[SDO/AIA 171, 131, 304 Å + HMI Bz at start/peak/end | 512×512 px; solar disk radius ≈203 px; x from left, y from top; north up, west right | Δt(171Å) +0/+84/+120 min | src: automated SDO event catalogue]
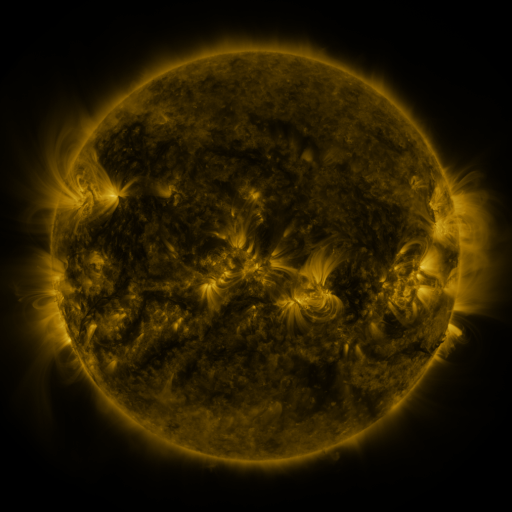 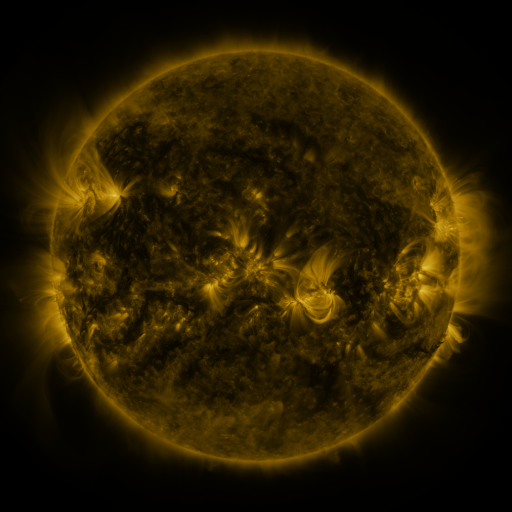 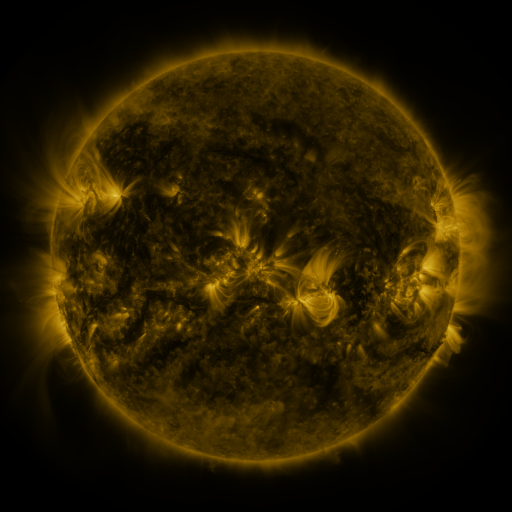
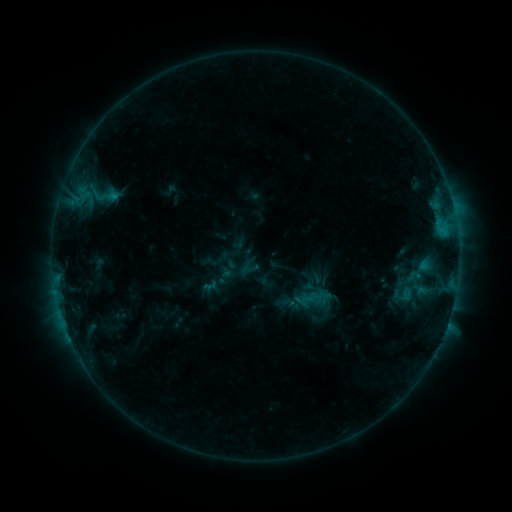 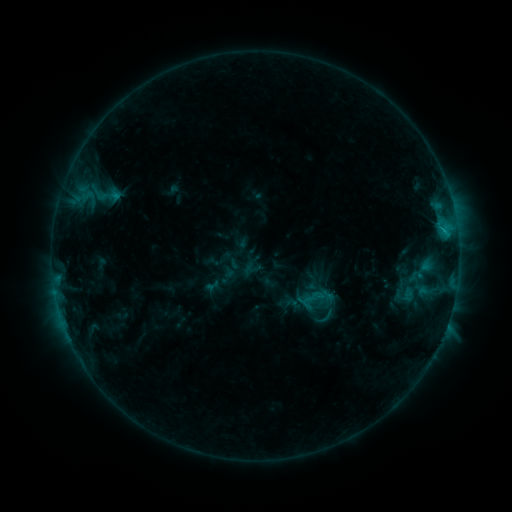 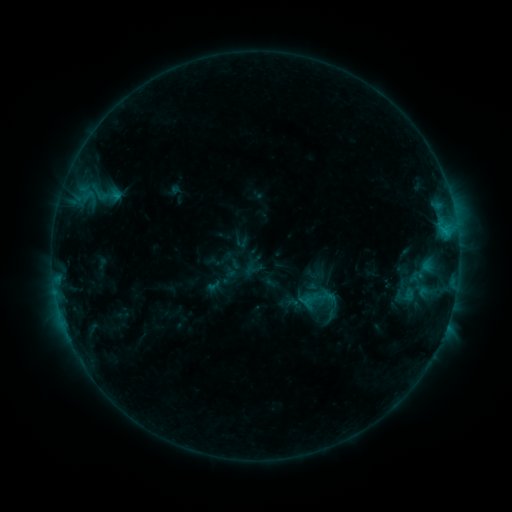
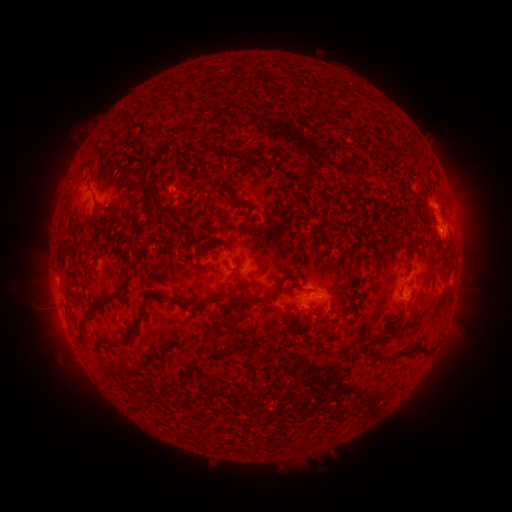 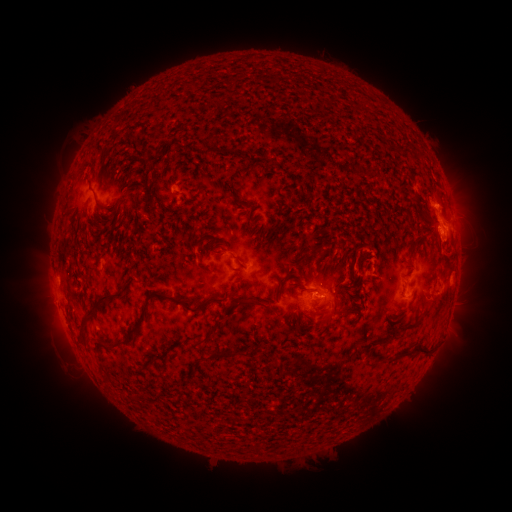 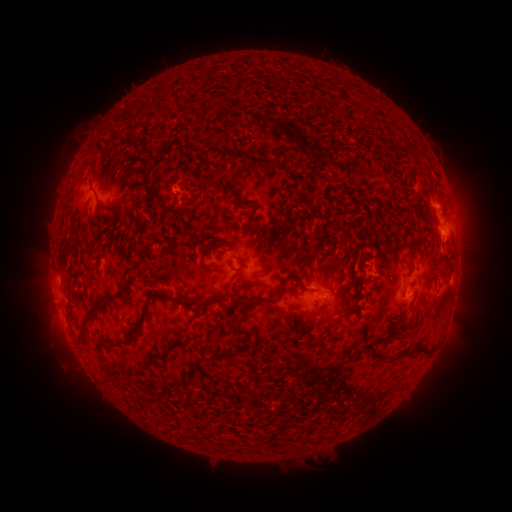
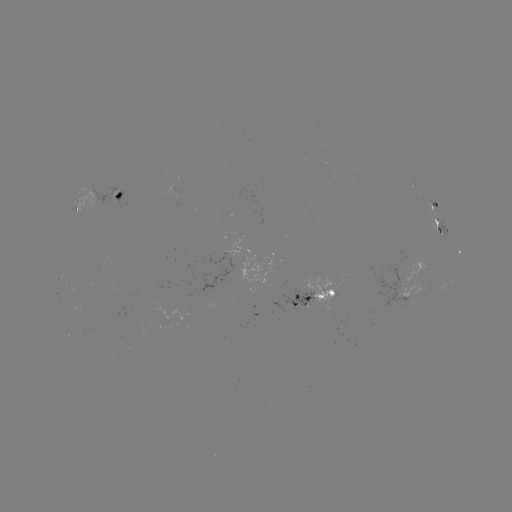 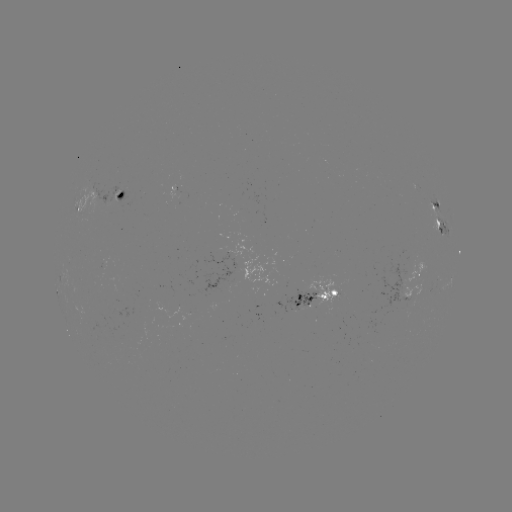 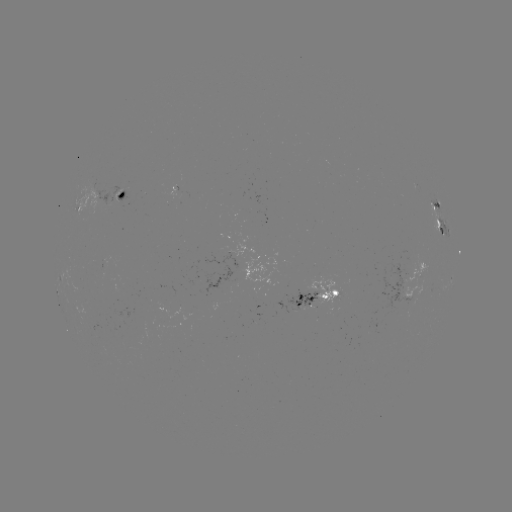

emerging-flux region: <bbox>163, 184, 180, 198</bbox>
